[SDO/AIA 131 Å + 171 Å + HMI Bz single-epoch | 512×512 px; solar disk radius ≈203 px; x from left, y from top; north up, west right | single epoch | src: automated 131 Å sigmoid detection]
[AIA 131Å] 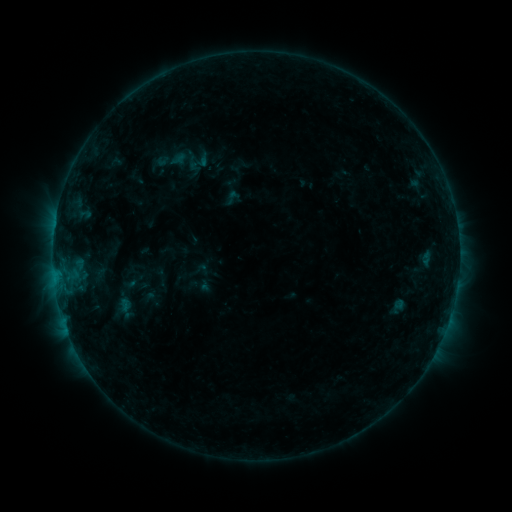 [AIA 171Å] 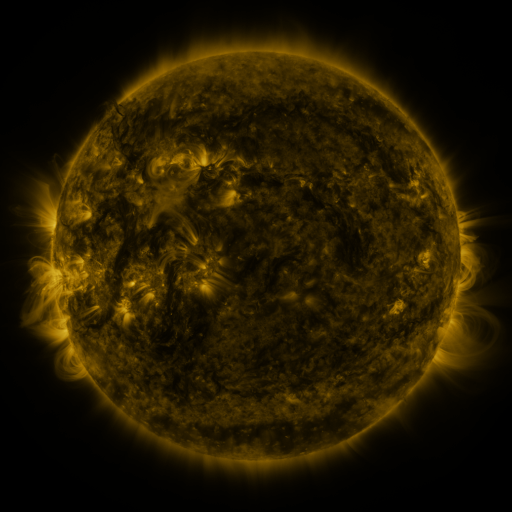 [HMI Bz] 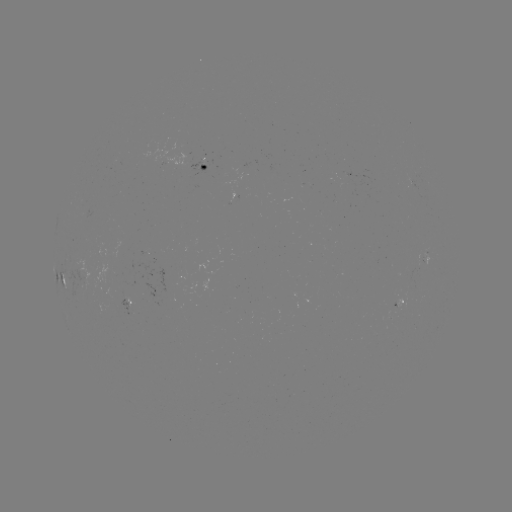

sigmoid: [187, 150, 211, 174]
